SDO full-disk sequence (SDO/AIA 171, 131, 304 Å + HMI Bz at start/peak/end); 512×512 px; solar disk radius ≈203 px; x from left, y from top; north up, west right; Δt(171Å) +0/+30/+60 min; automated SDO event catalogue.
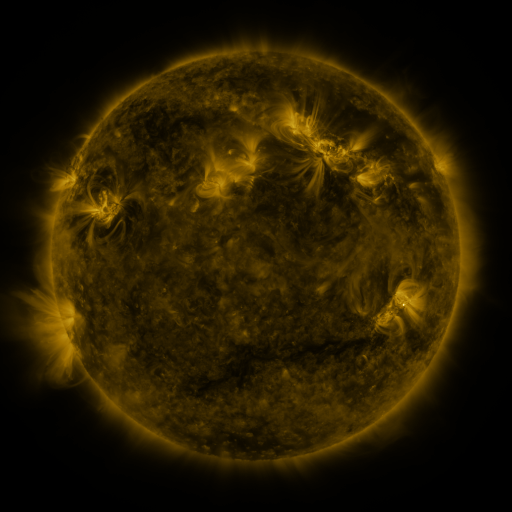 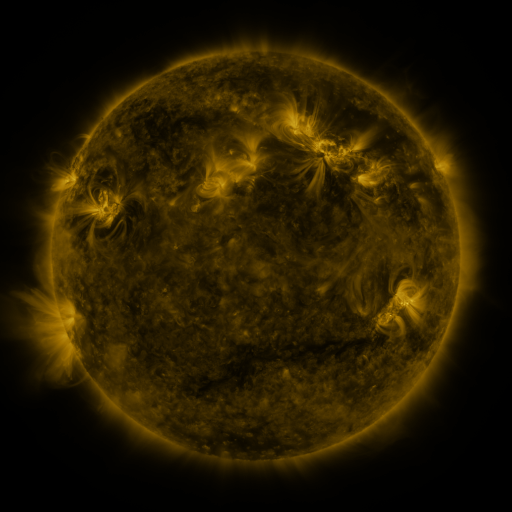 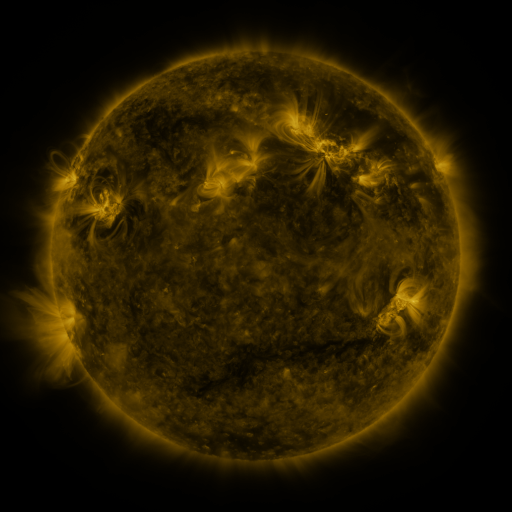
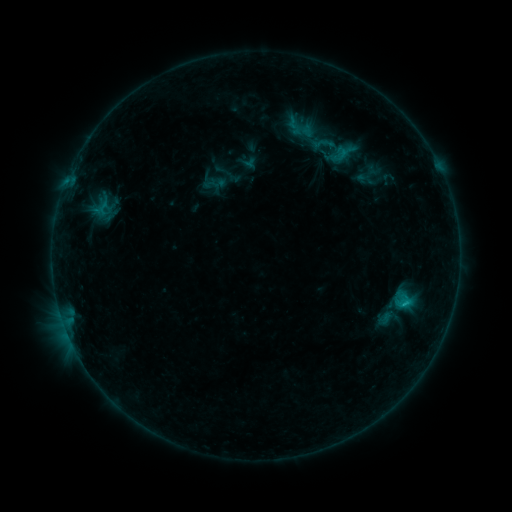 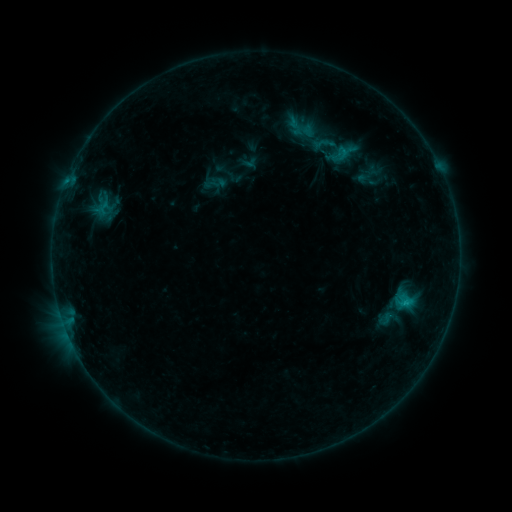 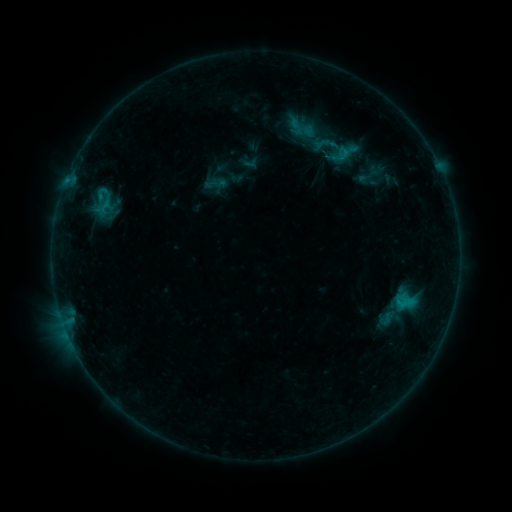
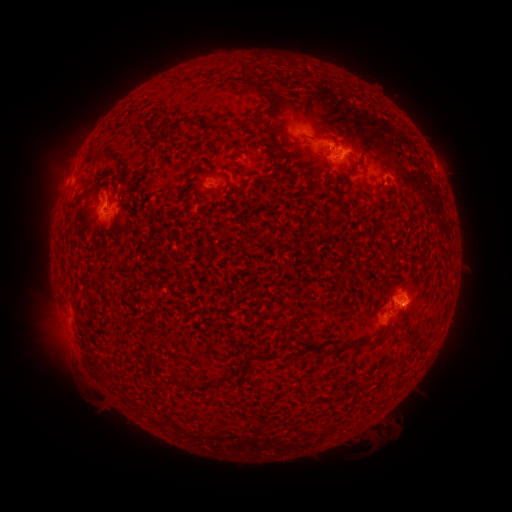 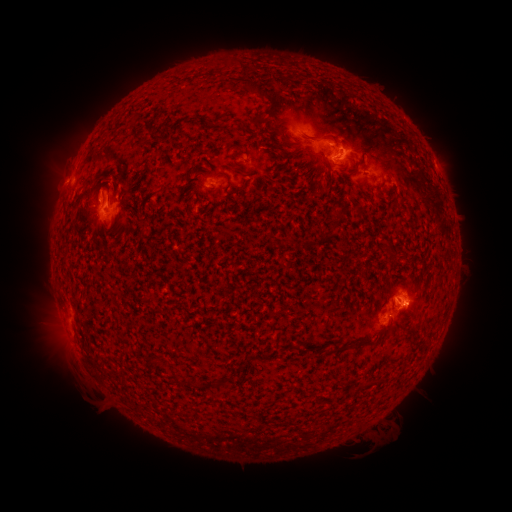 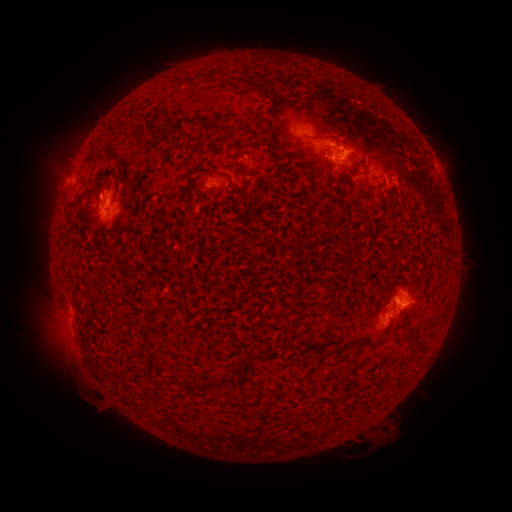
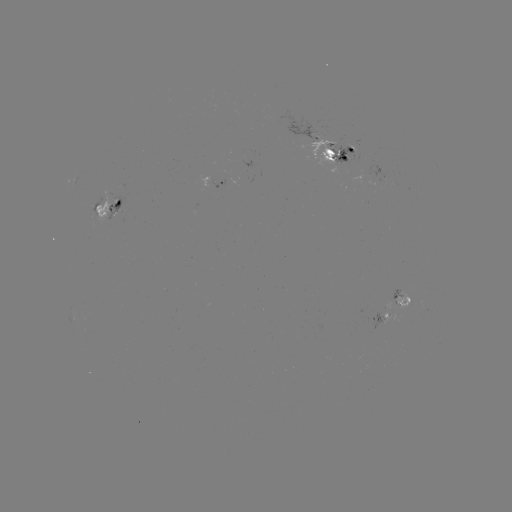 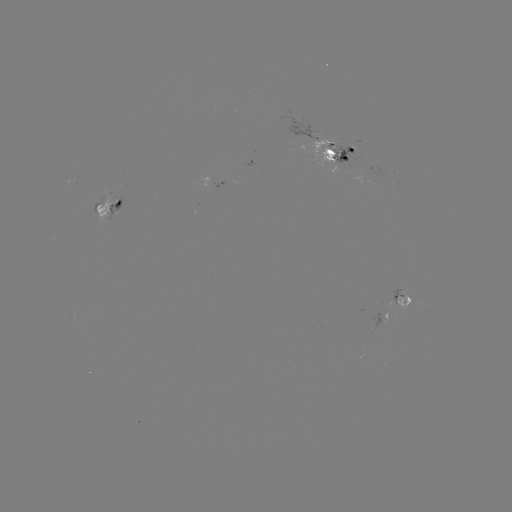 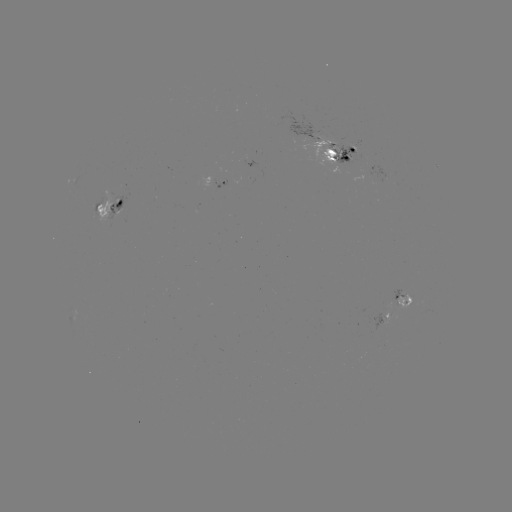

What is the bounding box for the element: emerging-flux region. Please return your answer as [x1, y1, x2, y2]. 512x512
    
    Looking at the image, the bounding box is [395, 290, 408, 308].